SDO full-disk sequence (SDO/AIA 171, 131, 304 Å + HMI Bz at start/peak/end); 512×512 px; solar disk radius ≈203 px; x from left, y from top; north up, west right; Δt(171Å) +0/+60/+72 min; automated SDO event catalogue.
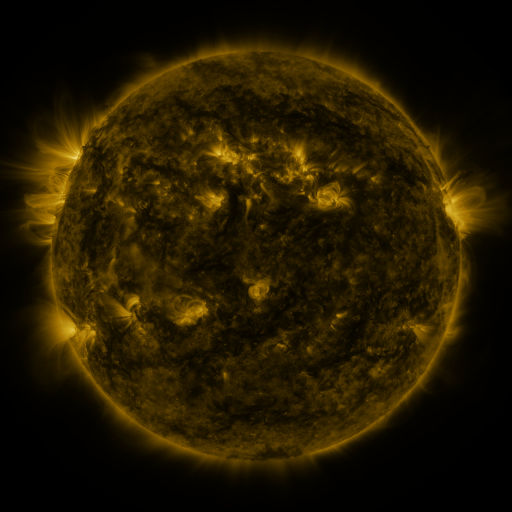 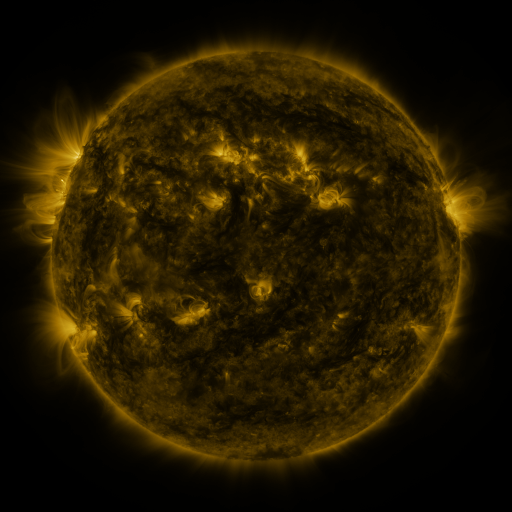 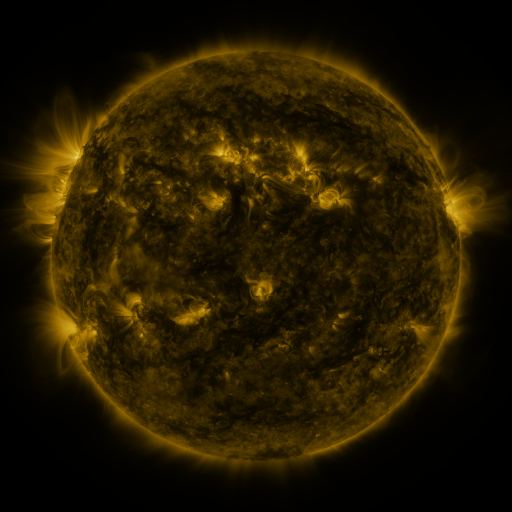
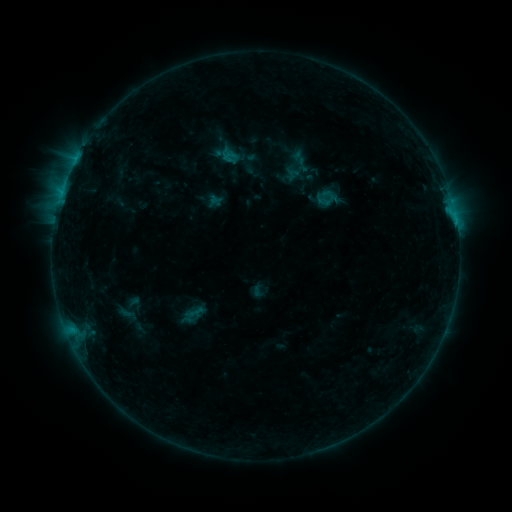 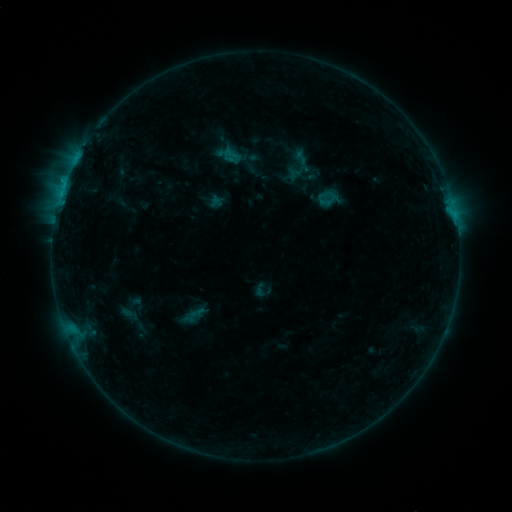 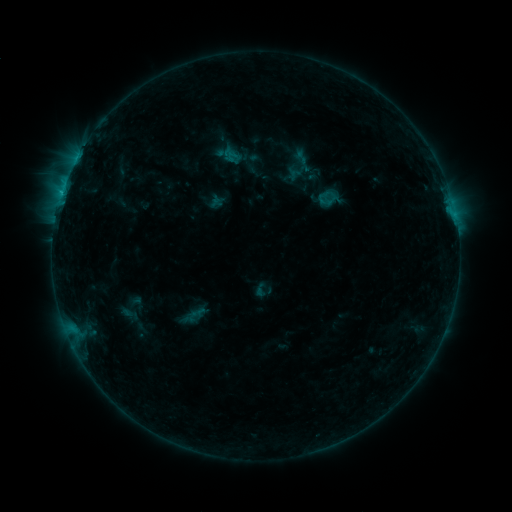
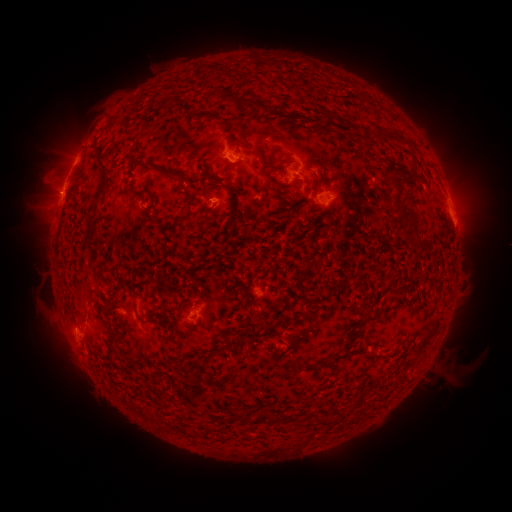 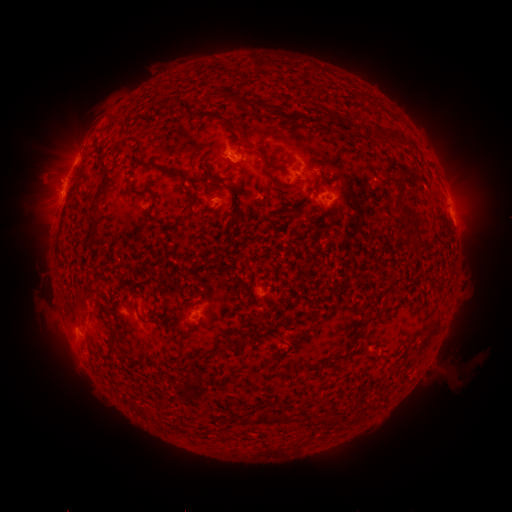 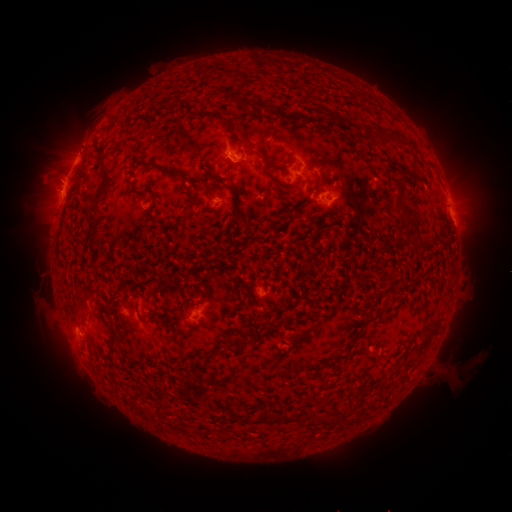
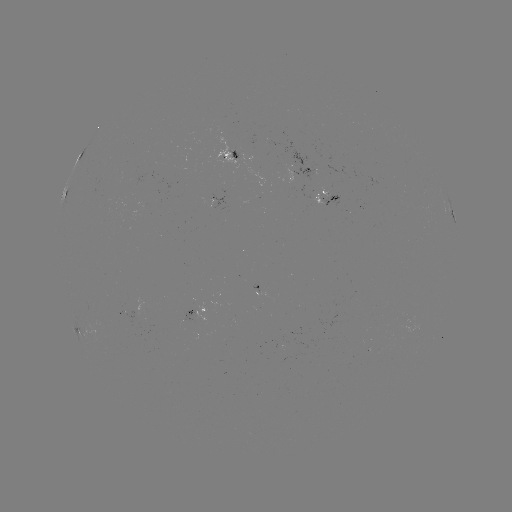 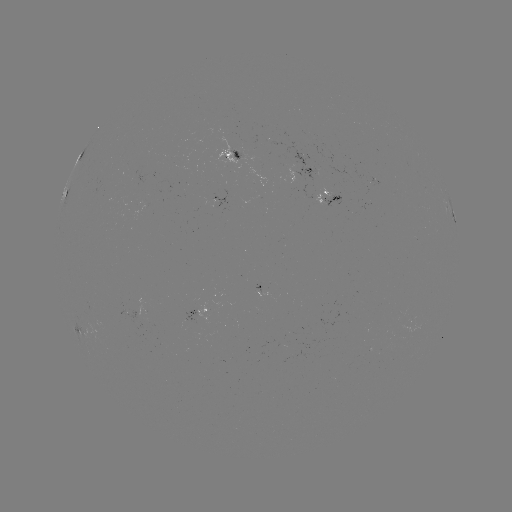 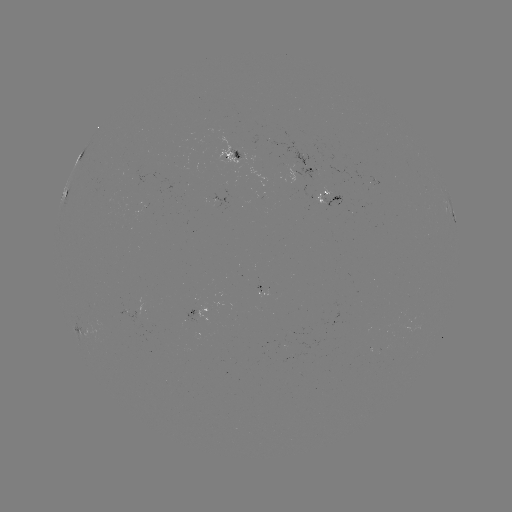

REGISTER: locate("emerging-flux region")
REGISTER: (321, 198)